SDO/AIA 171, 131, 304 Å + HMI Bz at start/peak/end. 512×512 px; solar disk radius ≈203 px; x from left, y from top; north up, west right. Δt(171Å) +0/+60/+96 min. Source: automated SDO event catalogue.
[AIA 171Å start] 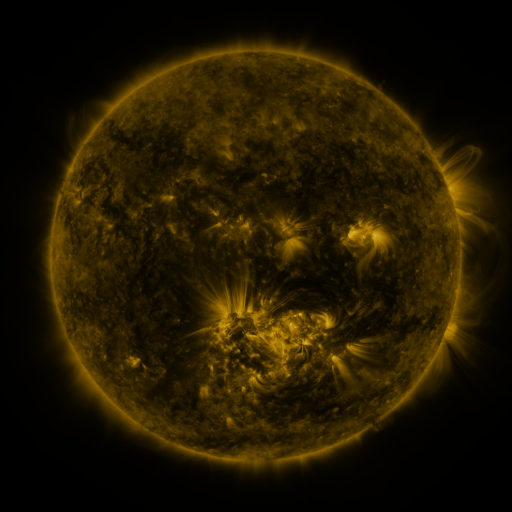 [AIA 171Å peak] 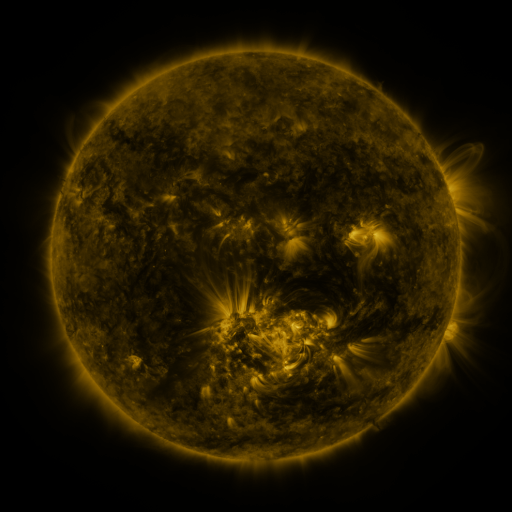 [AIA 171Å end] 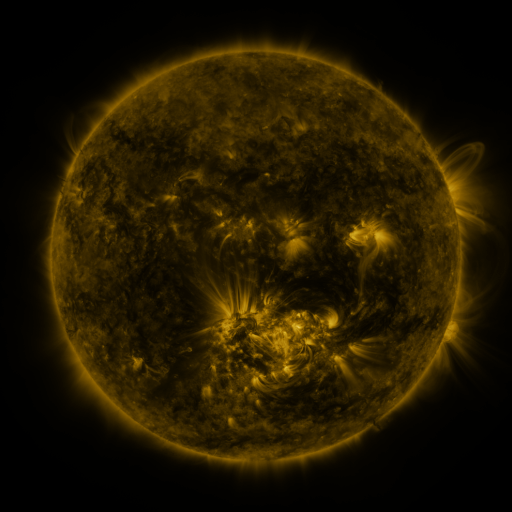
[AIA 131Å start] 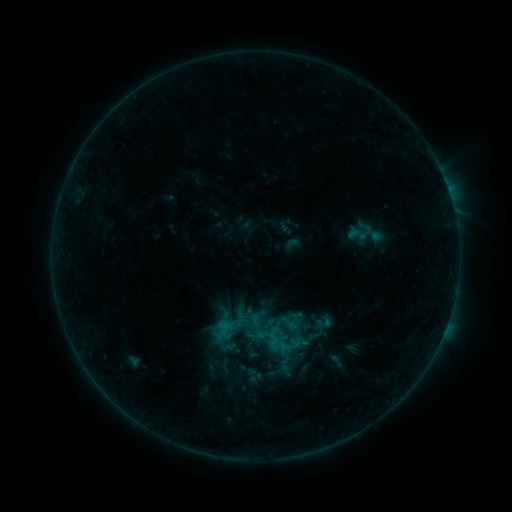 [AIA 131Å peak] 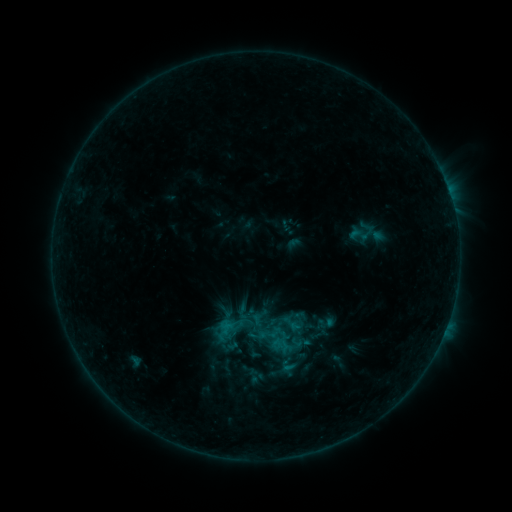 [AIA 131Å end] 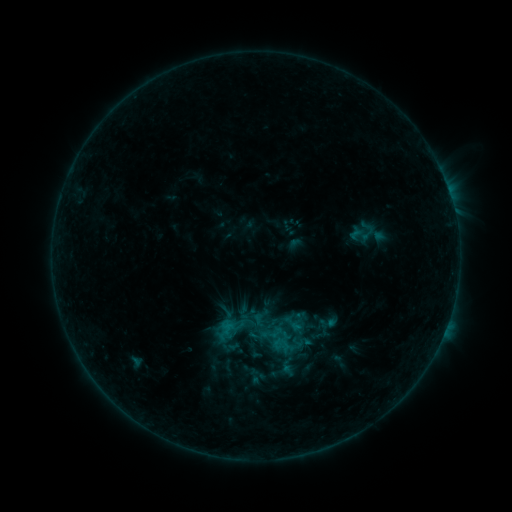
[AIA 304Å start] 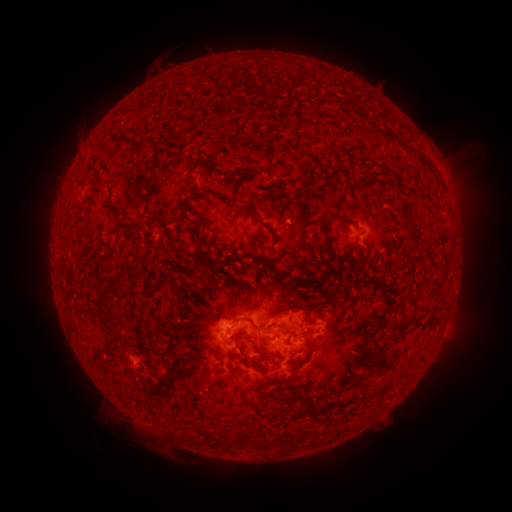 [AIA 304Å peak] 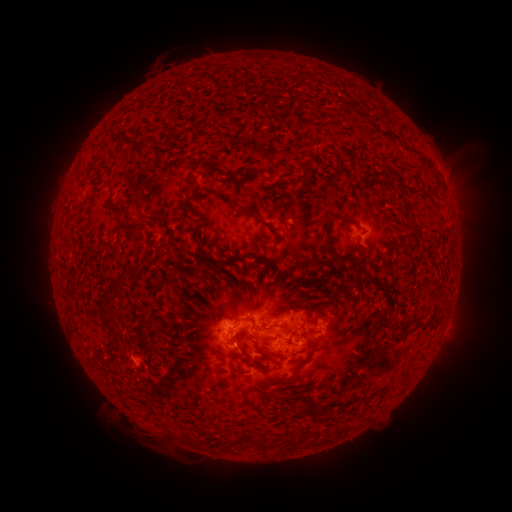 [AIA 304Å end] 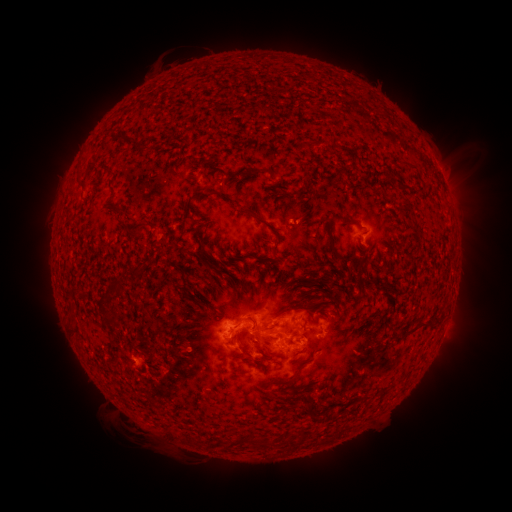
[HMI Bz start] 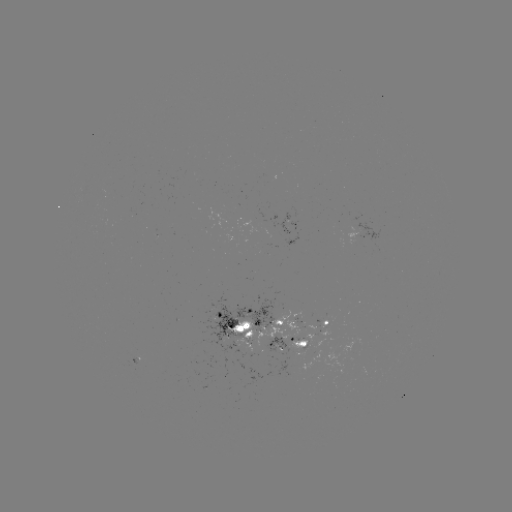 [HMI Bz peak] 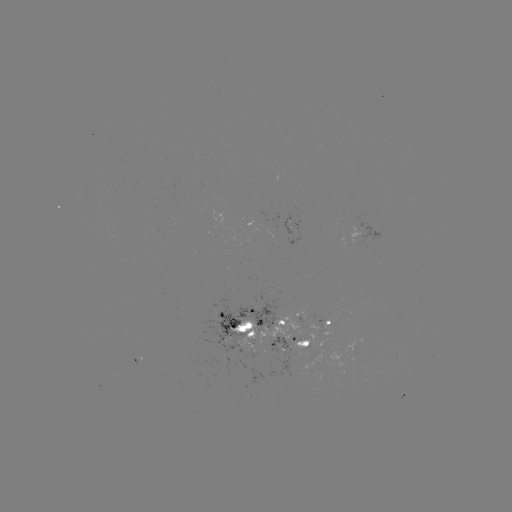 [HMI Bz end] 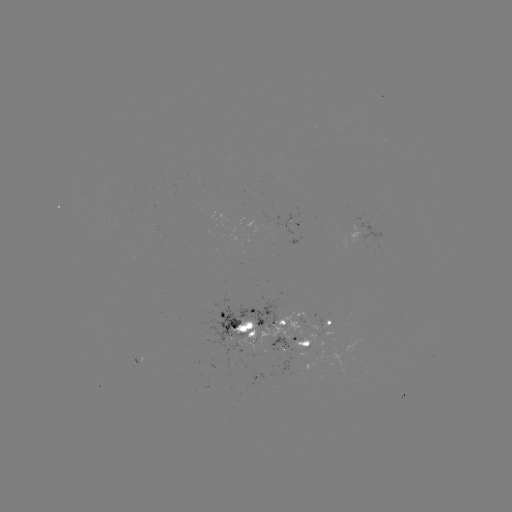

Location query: emerging-flux region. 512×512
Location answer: [262, 218].